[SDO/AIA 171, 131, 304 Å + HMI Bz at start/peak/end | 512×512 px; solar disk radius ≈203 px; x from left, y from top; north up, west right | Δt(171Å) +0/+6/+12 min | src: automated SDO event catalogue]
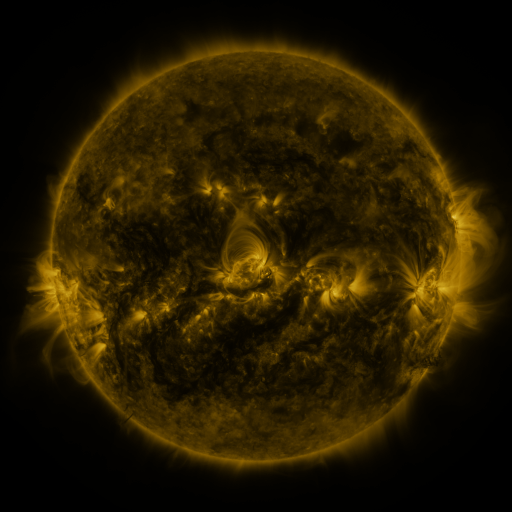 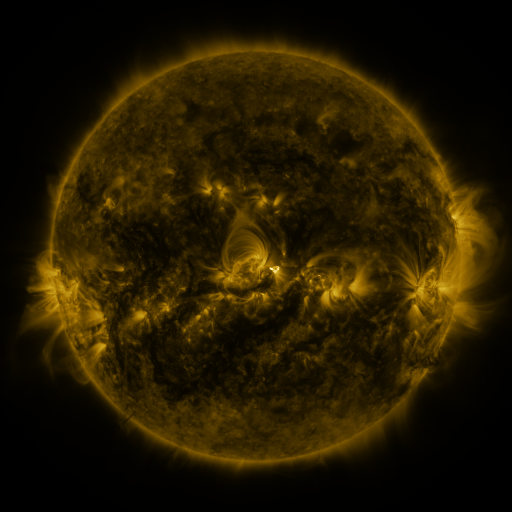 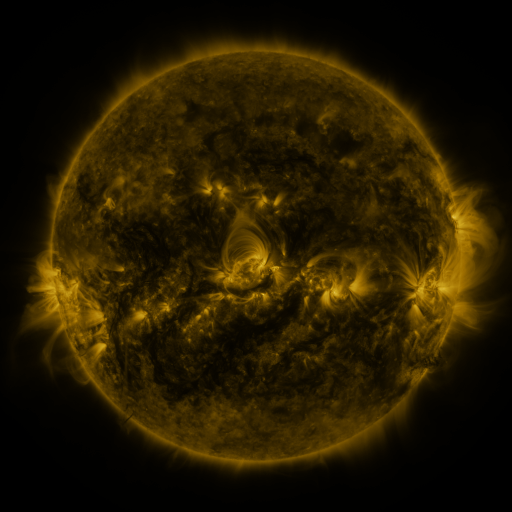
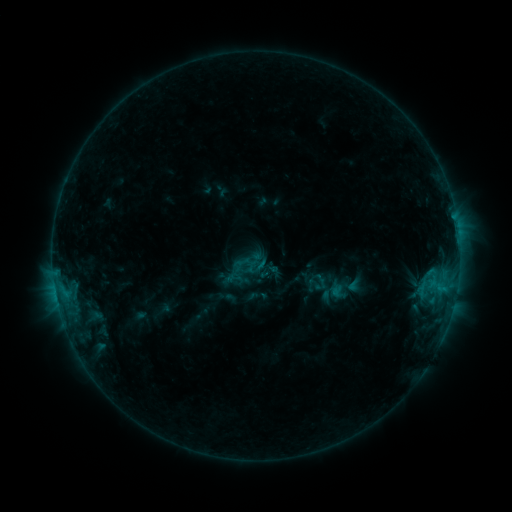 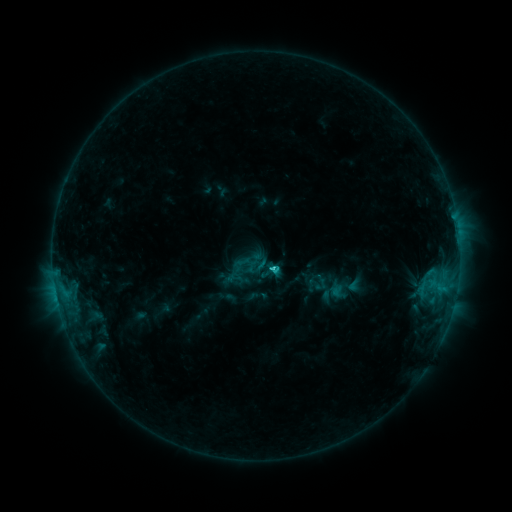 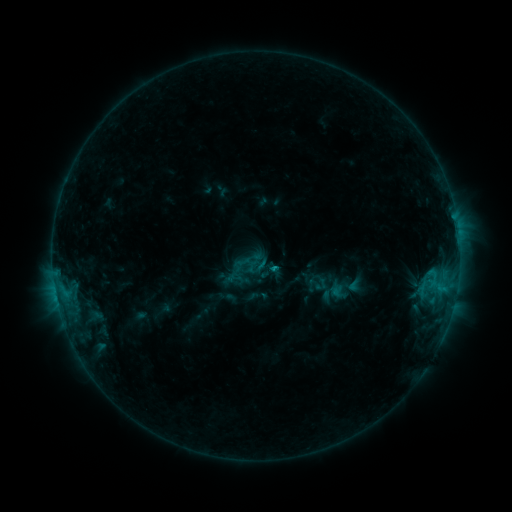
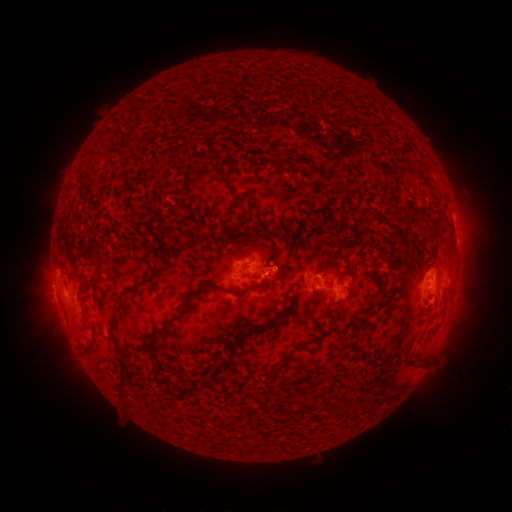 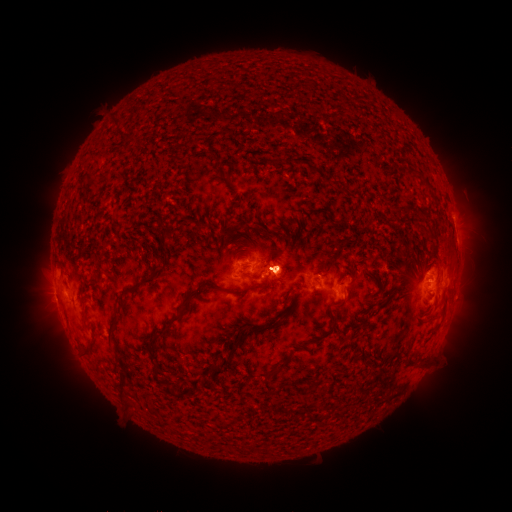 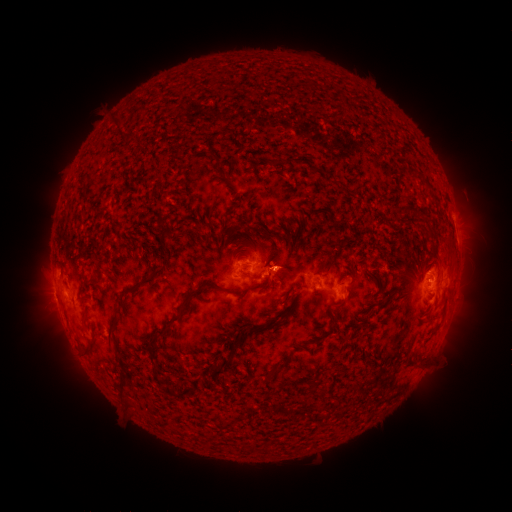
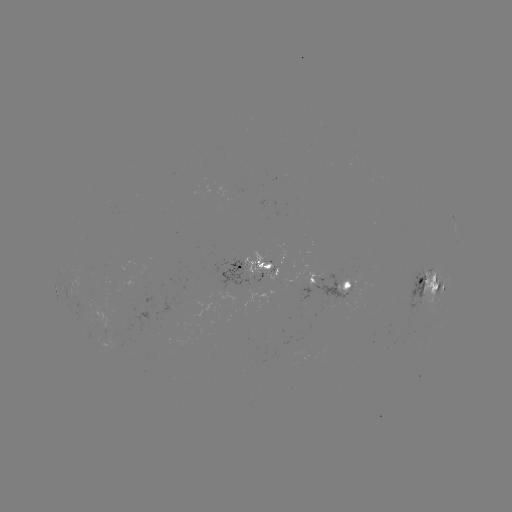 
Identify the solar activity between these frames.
C1.7 flare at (270, 267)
